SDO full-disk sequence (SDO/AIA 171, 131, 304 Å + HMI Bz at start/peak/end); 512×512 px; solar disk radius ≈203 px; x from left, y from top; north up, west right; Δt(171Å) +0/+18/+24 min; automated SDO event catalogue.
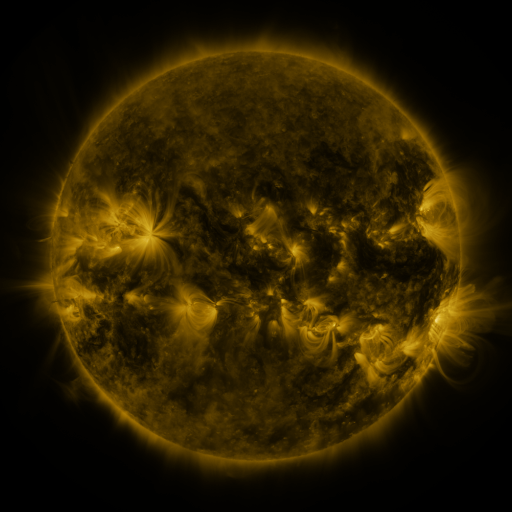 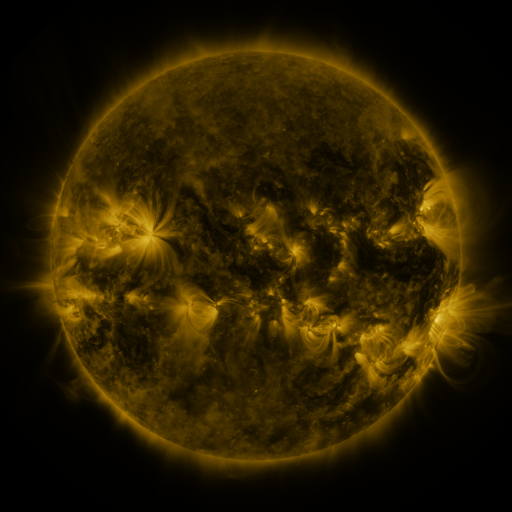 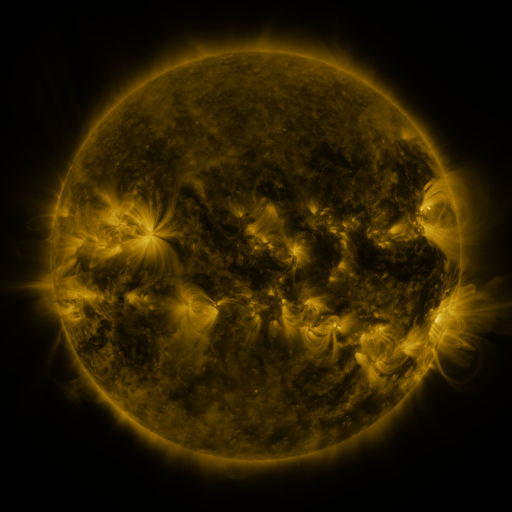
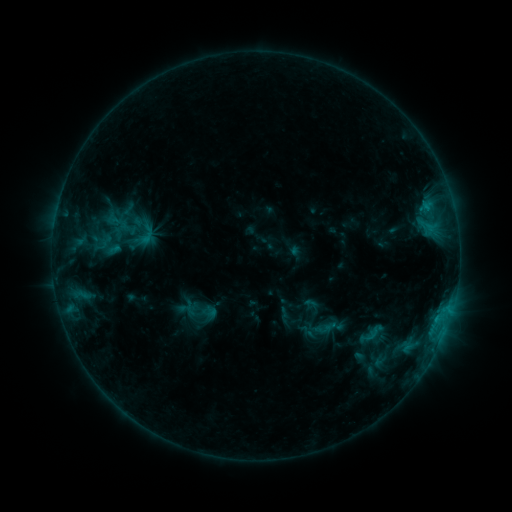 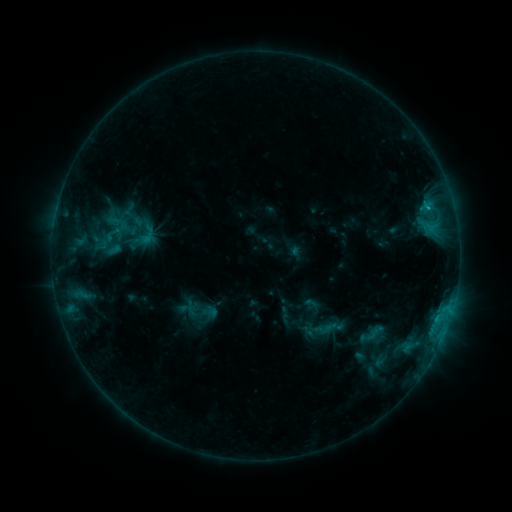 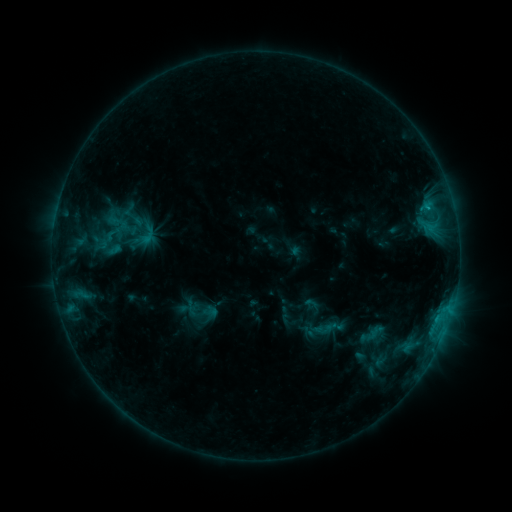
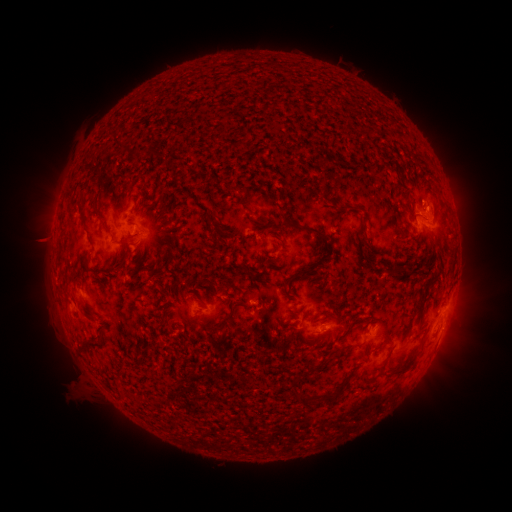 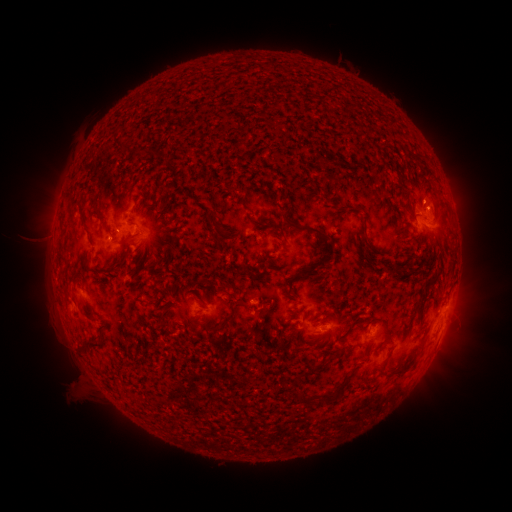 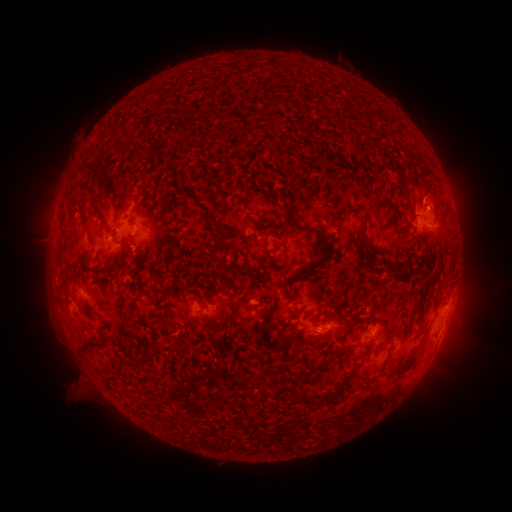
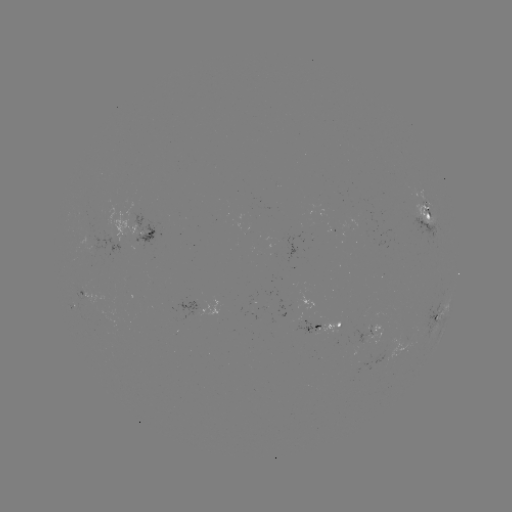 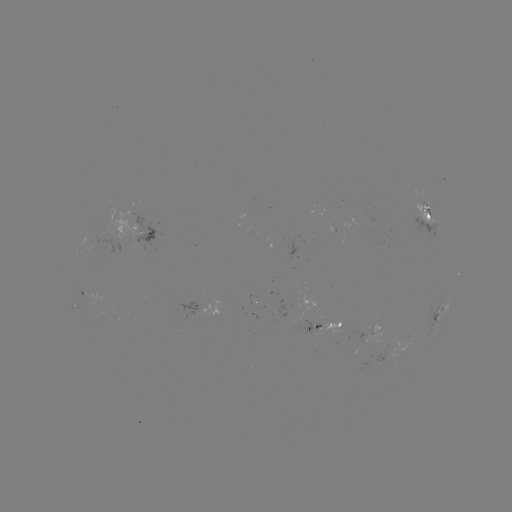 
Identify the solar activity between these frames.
B8.1 flare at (427, 208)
